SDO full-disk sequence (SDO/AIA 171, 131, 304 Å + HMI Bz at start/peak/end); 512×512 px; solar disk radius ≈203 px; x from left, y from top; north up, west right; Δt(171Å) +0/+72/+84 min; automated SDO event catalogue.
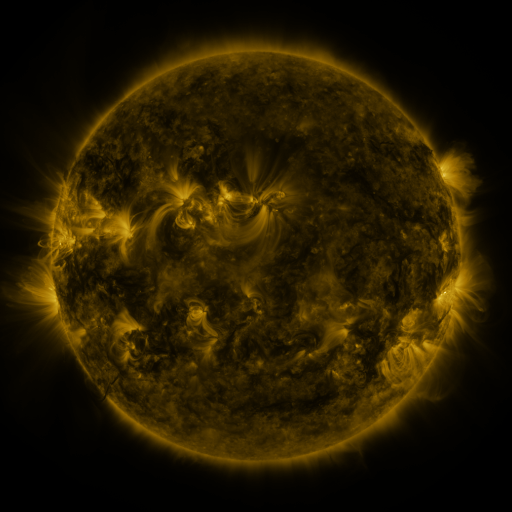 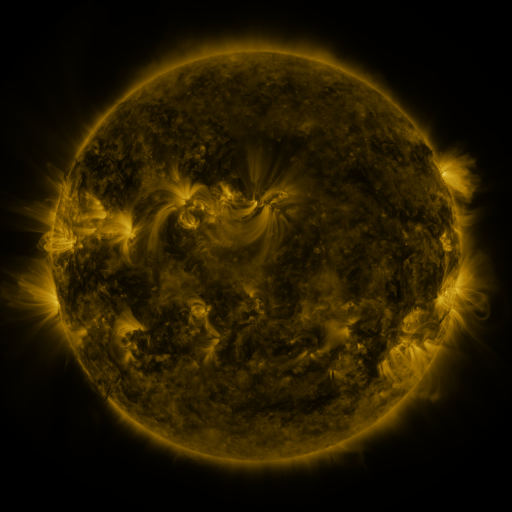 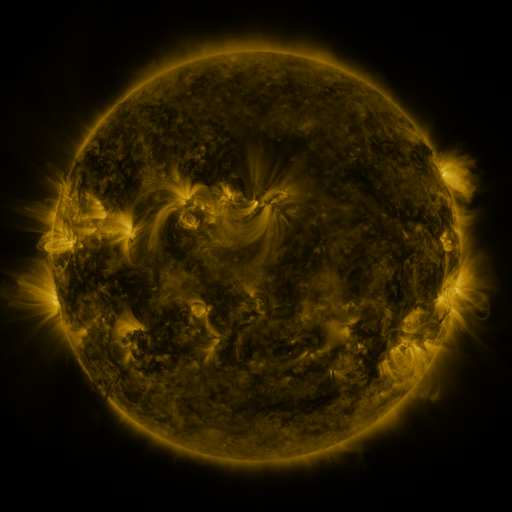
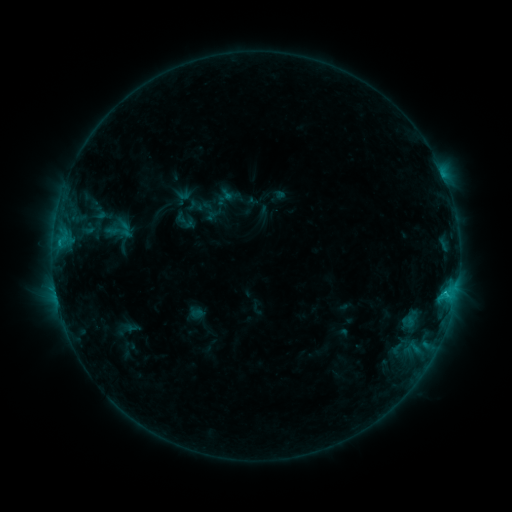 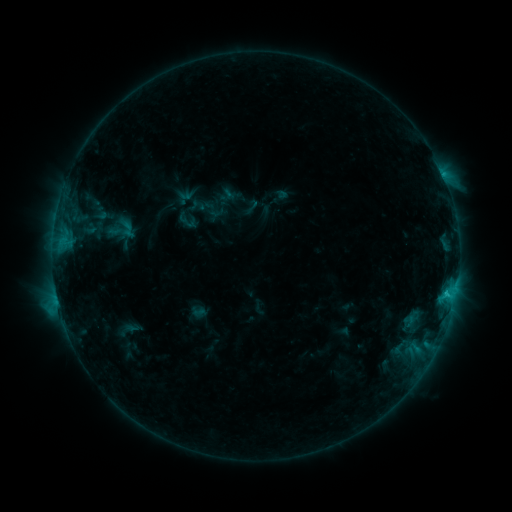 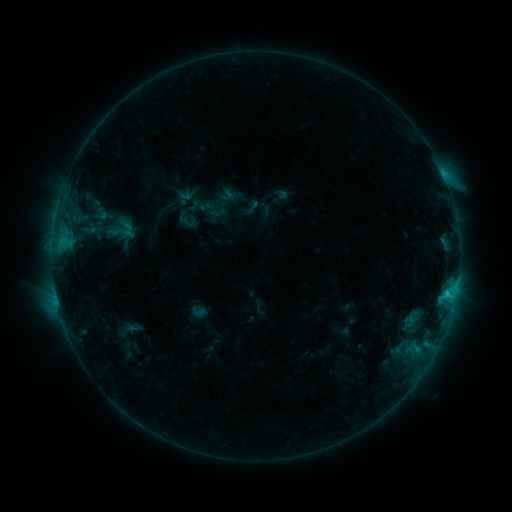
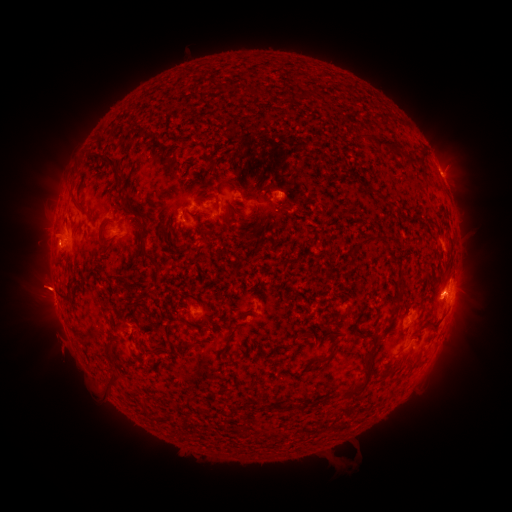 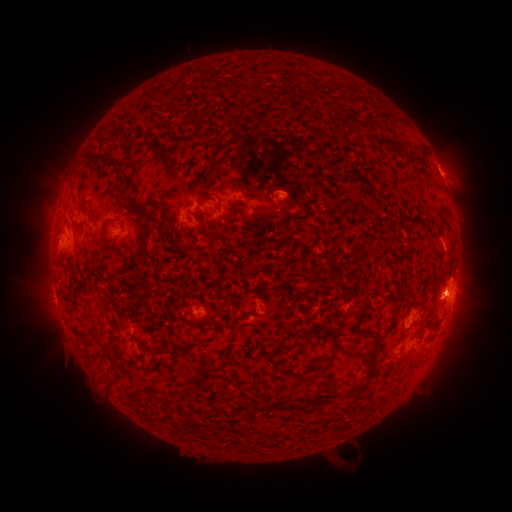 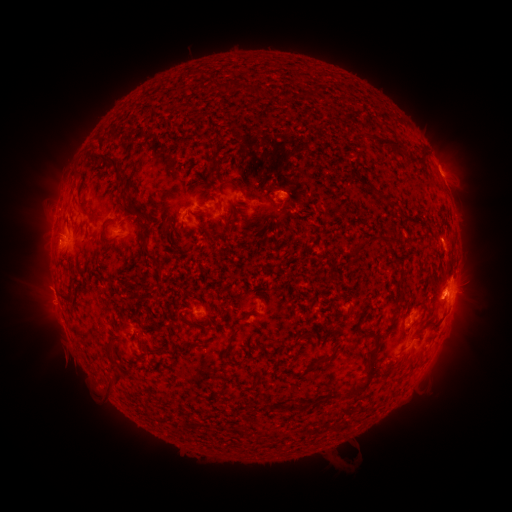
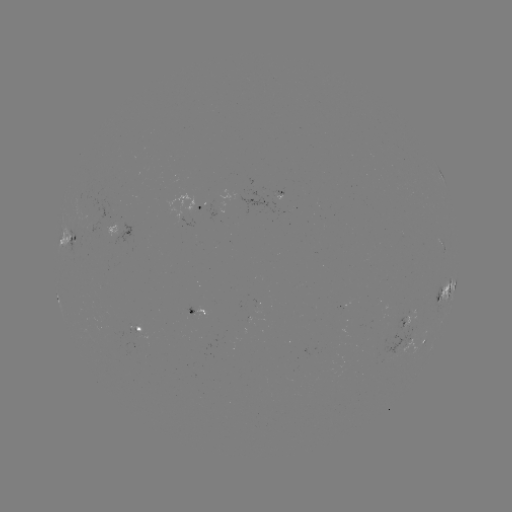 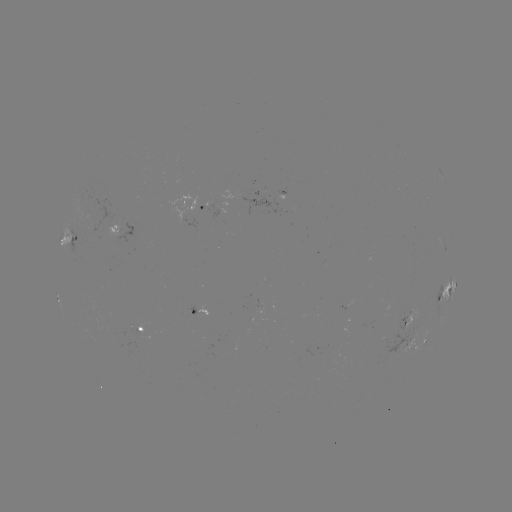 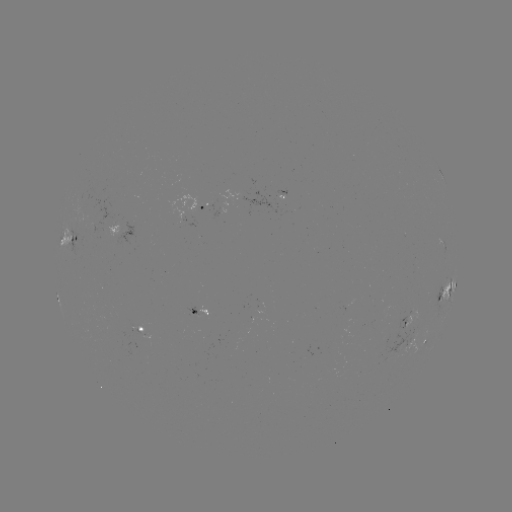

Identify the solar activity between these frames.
emerging-flux region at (283, 203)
